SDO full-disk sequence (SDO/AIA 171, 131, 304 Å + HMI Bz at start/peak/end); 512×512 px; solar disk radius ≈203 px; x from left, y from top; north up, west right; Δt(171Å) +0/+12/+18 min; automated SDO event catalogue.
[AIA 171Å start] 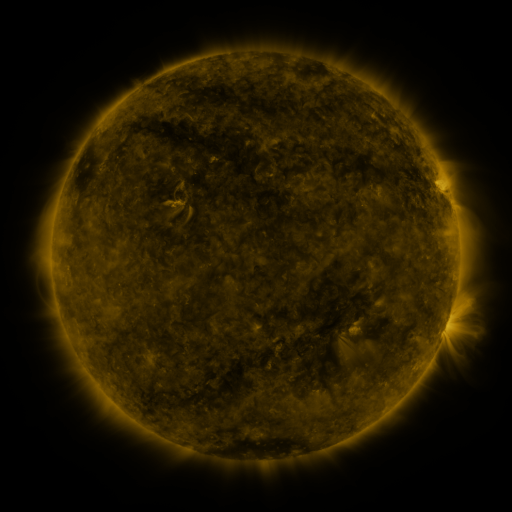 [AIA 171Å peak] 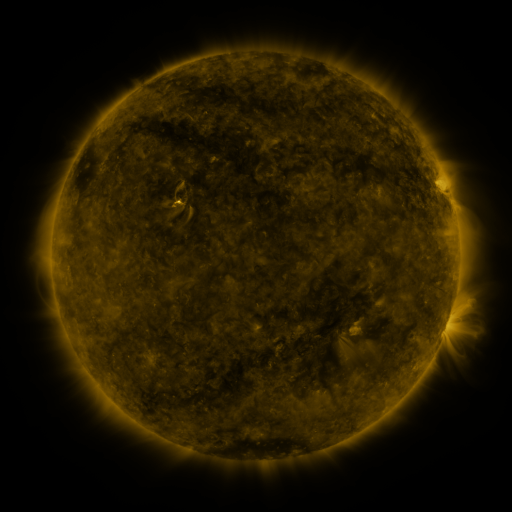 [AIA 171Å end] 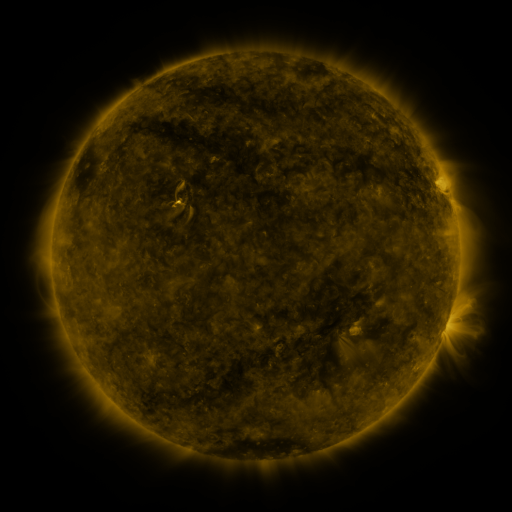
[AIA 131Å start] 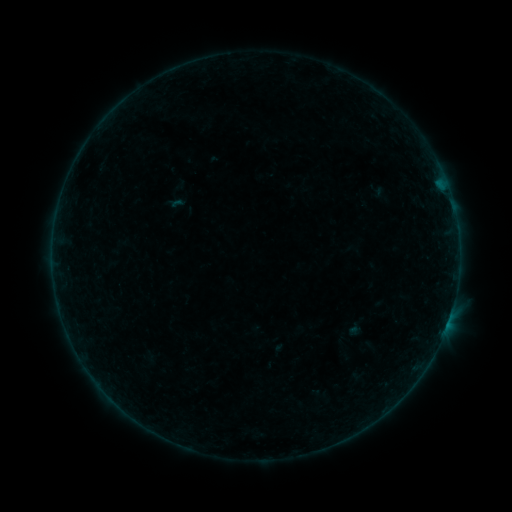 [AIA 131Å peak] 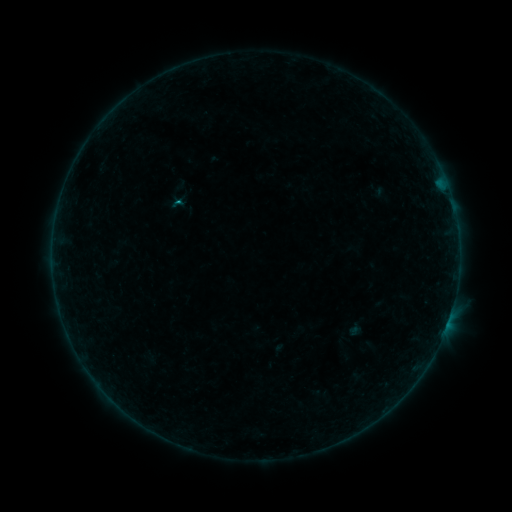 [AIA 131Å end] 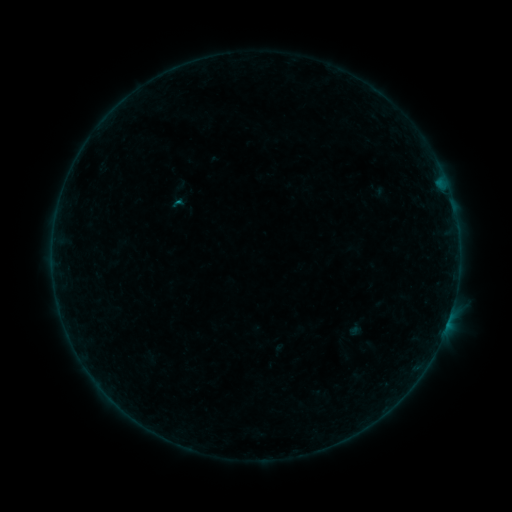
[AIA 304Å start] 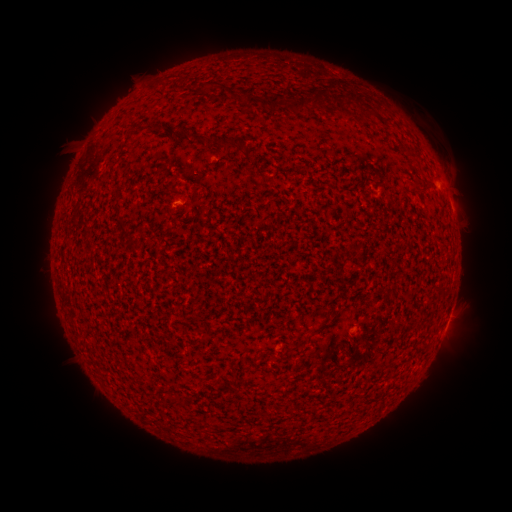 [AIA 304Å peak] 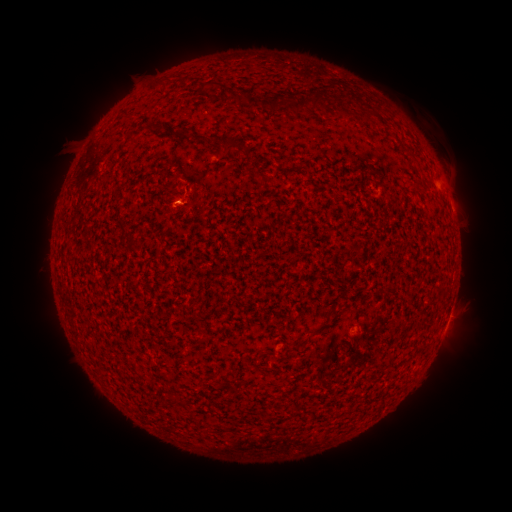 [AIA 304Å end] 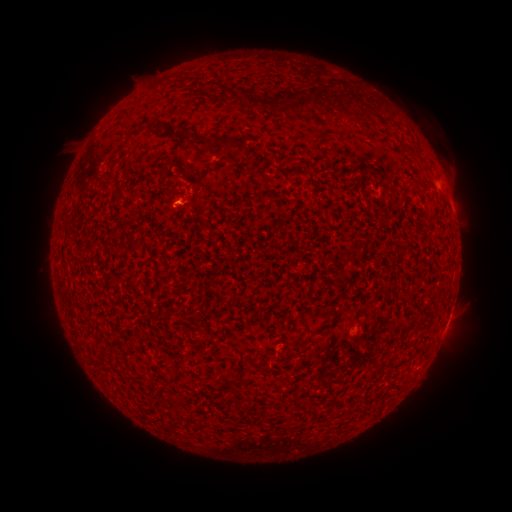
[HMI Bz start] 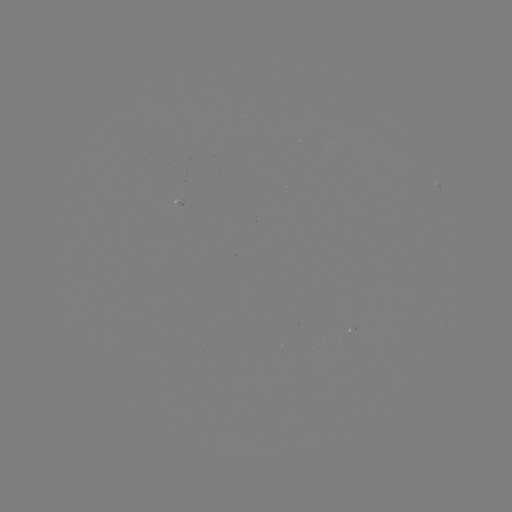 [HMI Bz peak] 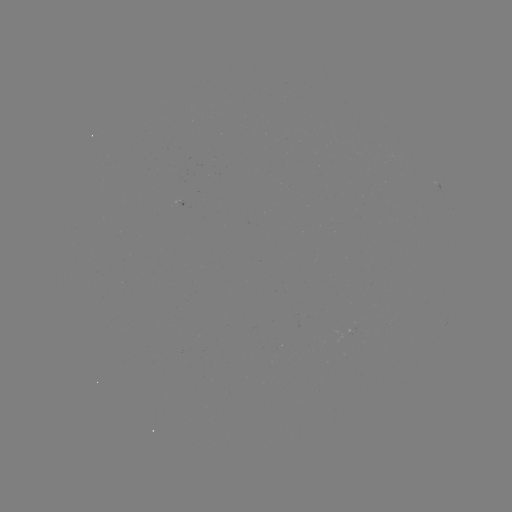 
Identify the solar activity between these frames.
B2.0 flare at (179, 203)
